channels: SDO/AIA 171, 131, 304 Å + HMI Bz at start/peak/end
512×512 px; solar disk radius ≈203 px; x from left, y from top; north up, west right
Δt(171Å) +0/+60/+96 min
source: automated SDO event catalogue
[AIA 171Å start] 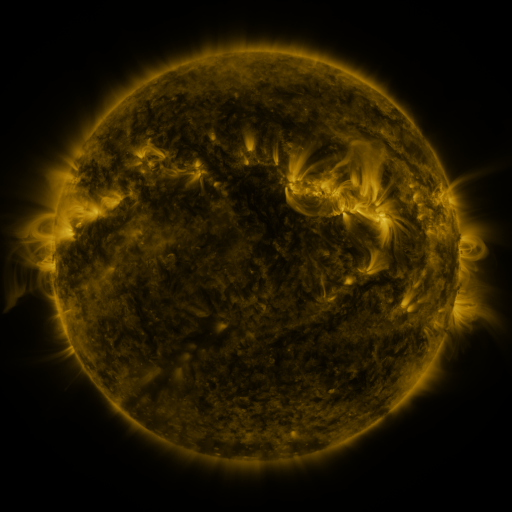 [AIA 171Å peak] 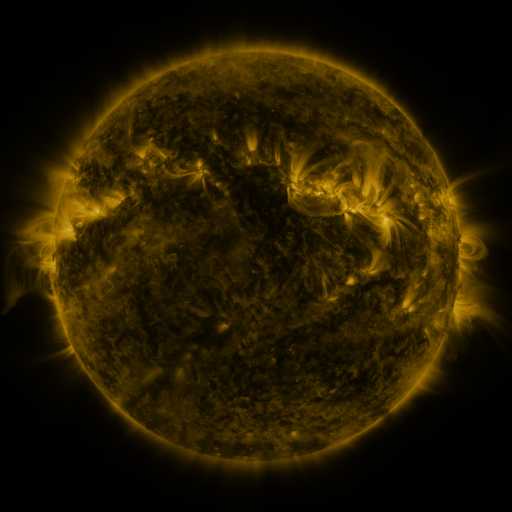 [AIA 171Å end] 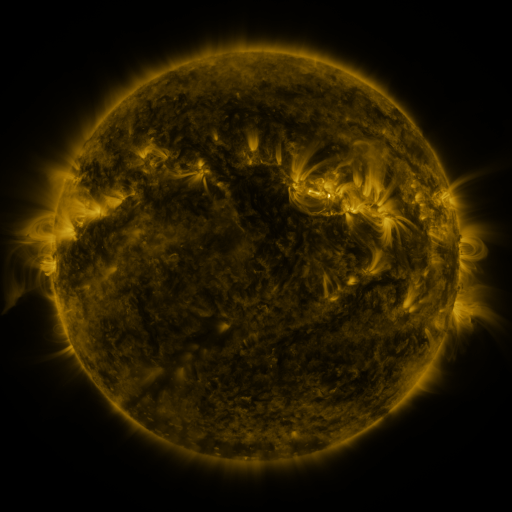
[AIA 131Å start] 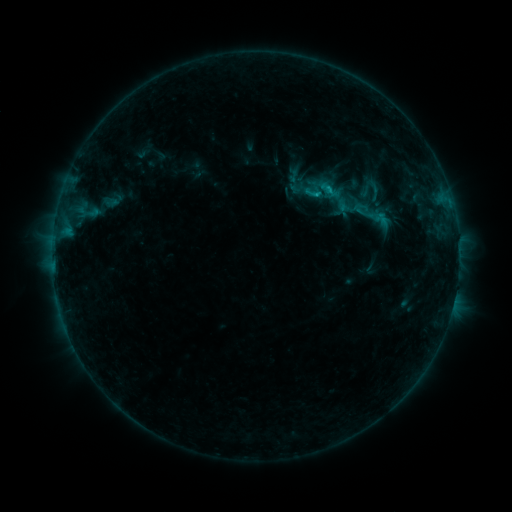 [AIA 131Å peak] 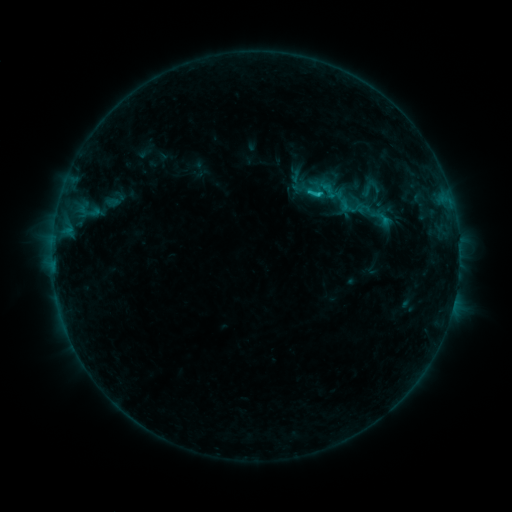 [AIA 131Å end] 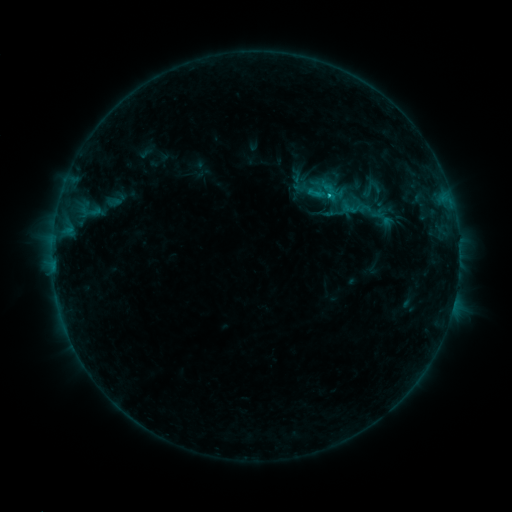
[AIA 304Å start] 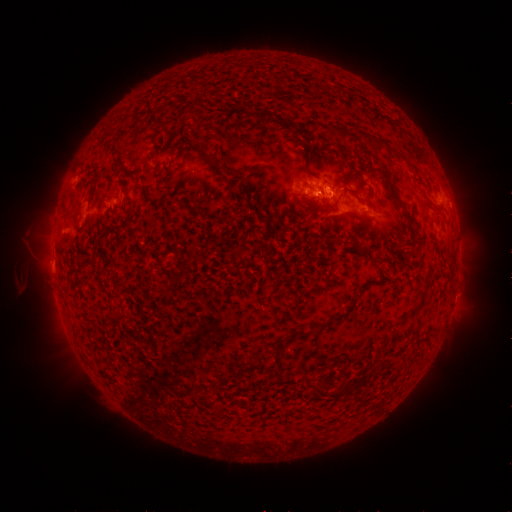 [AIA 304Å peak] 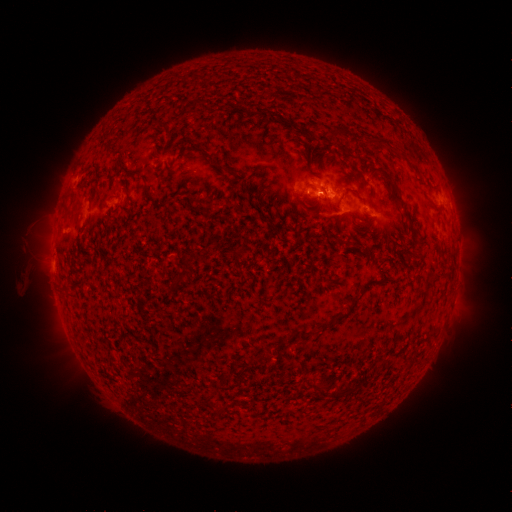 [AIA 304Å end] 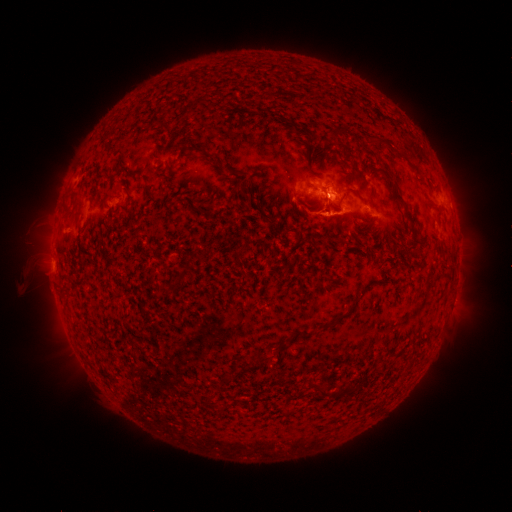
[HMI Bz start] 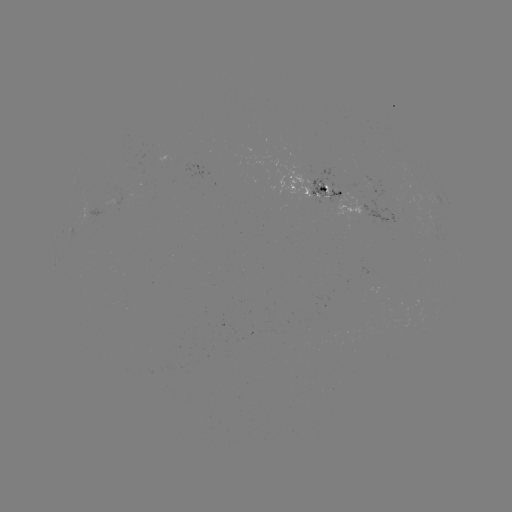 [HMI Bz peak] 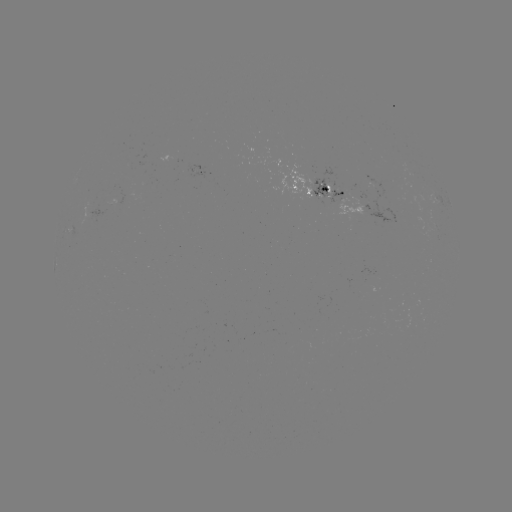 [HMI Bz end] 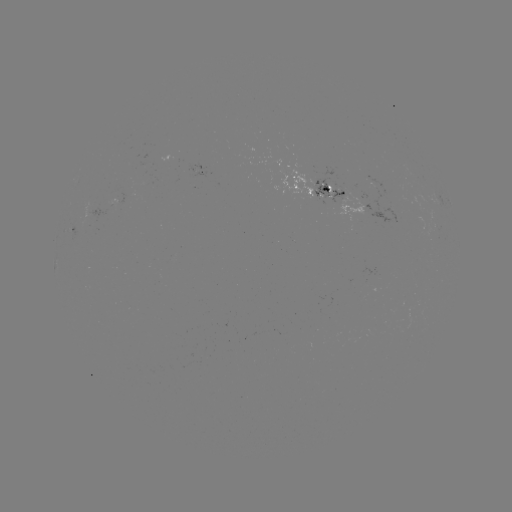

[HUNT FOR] emerging-flux region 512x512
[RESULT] [363, 185]